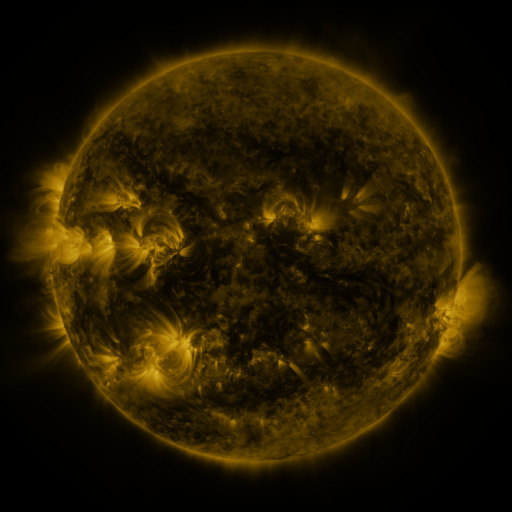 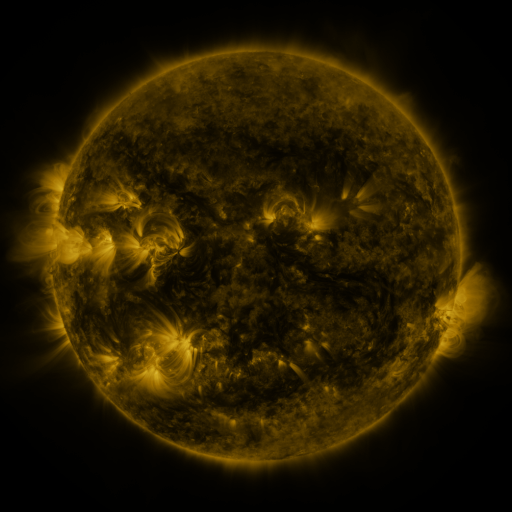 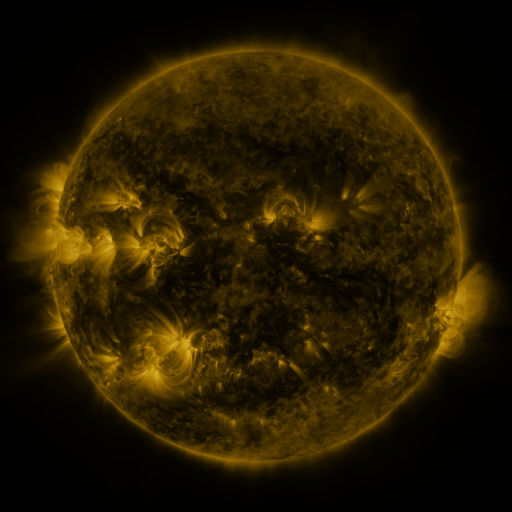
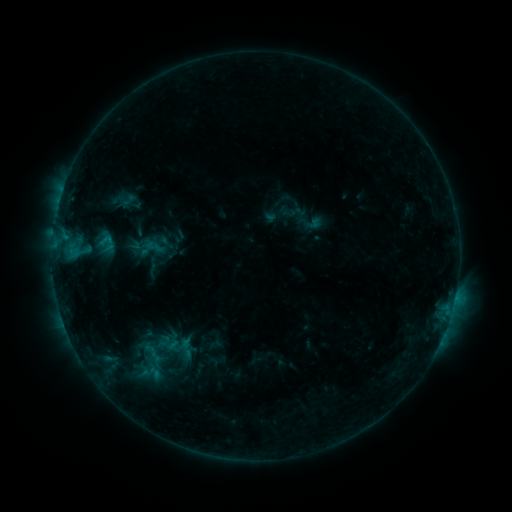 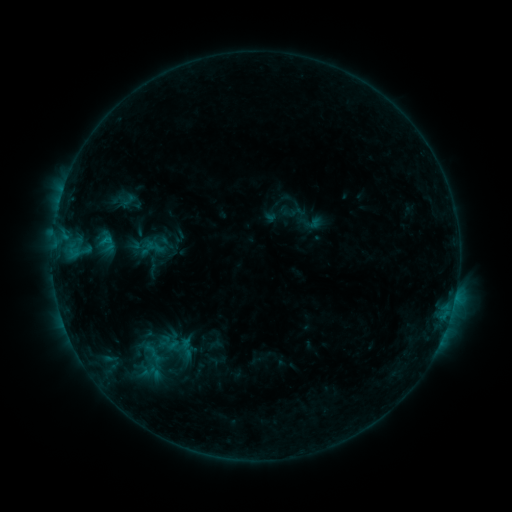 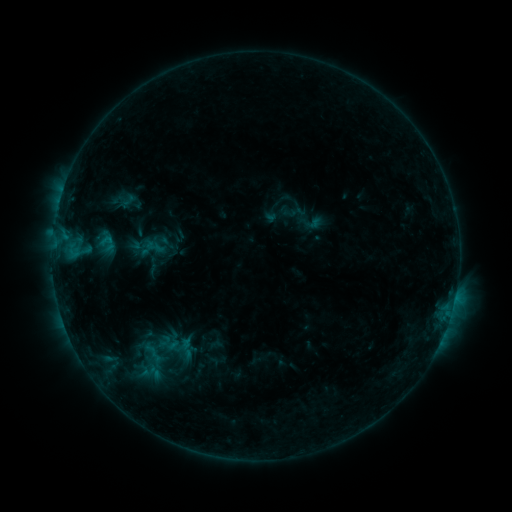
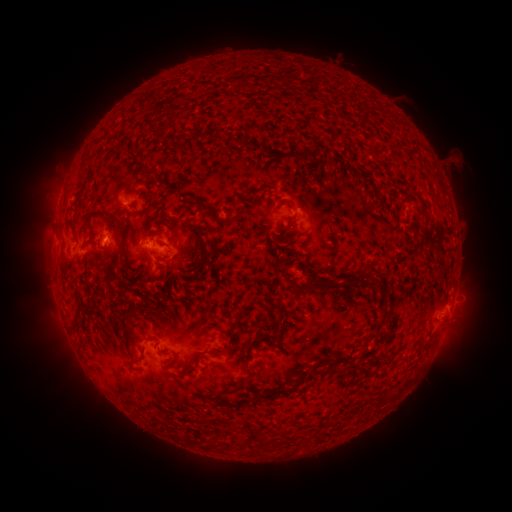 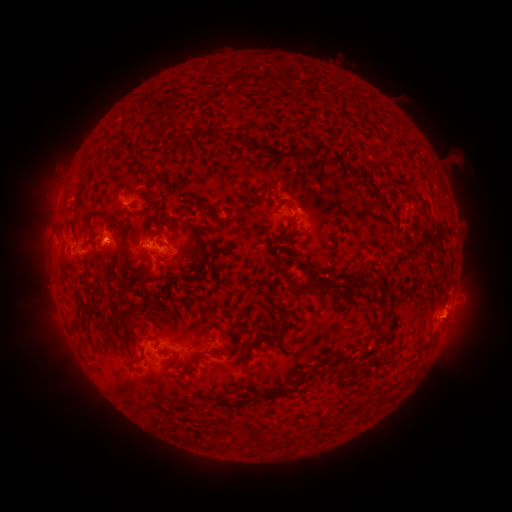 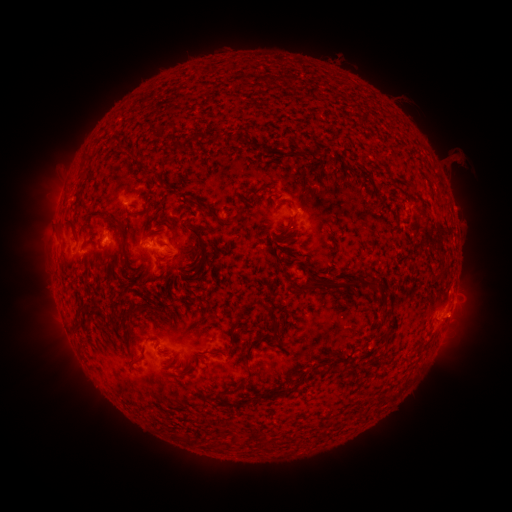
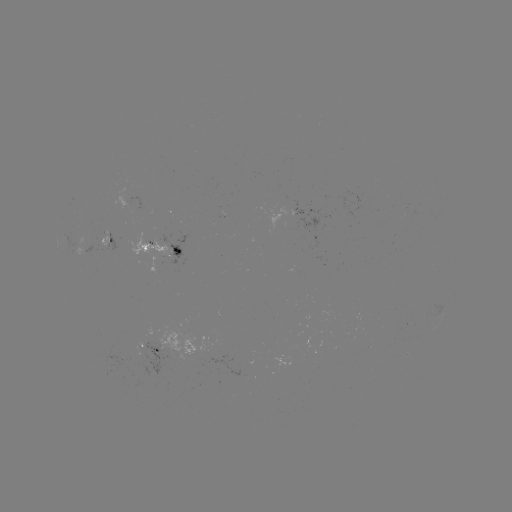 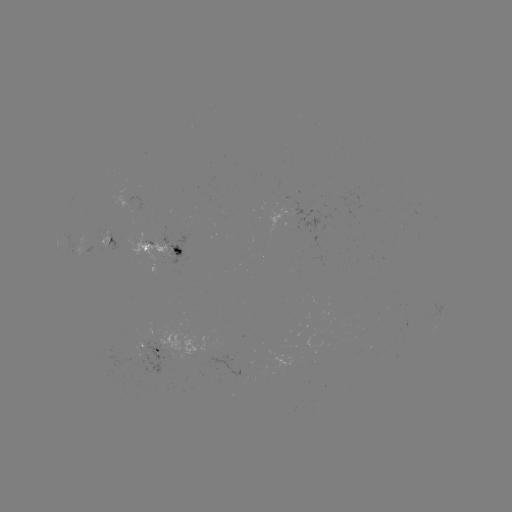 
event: eruption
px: (458, 311)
